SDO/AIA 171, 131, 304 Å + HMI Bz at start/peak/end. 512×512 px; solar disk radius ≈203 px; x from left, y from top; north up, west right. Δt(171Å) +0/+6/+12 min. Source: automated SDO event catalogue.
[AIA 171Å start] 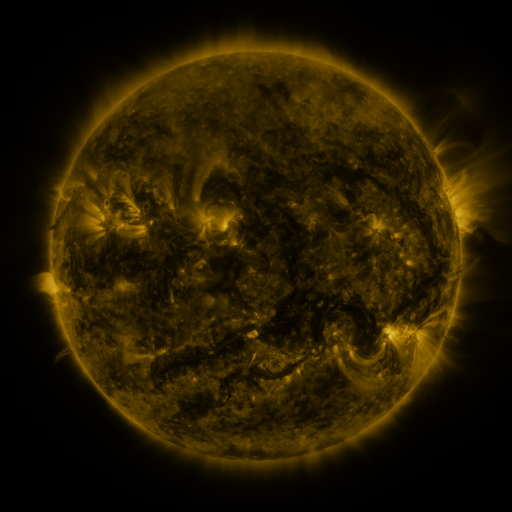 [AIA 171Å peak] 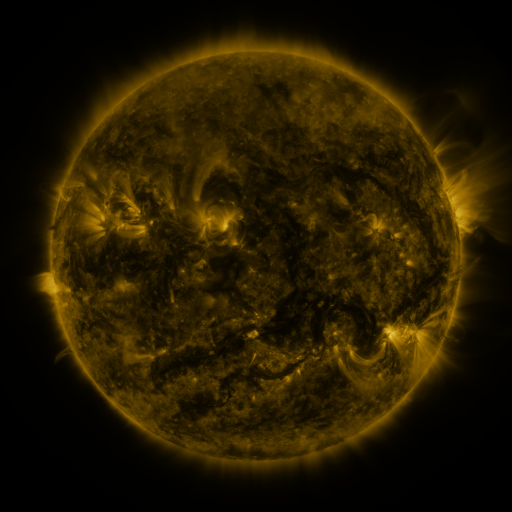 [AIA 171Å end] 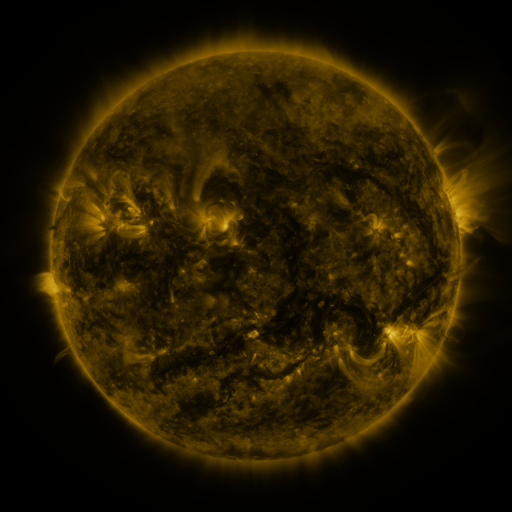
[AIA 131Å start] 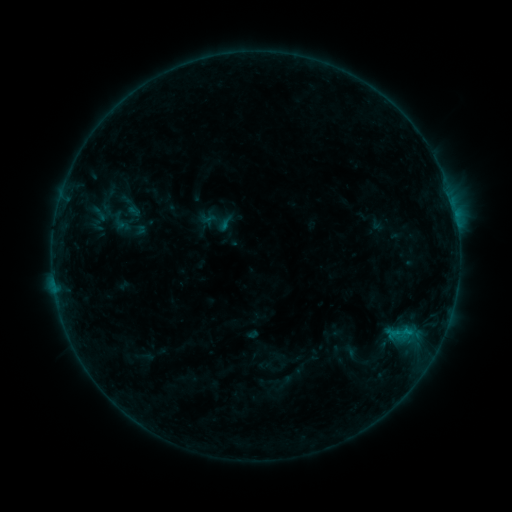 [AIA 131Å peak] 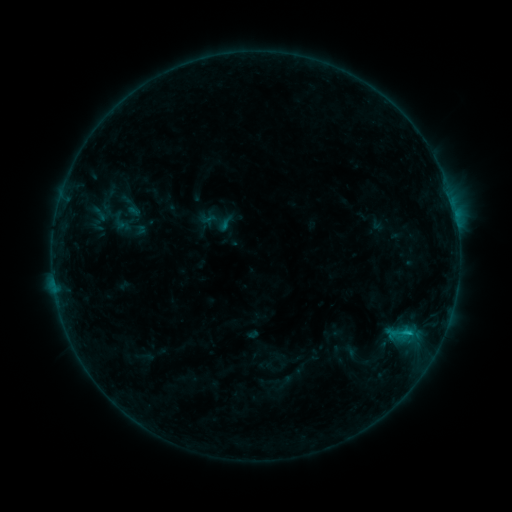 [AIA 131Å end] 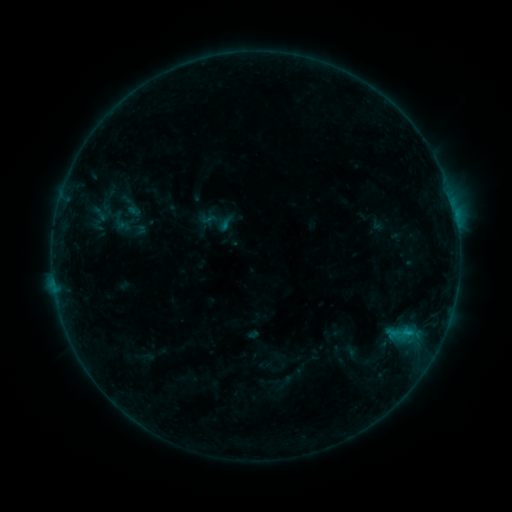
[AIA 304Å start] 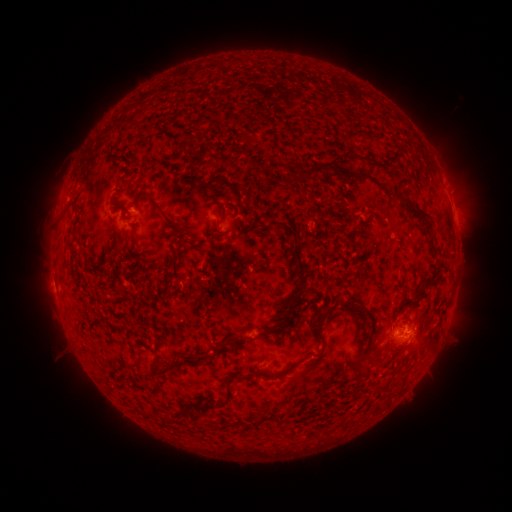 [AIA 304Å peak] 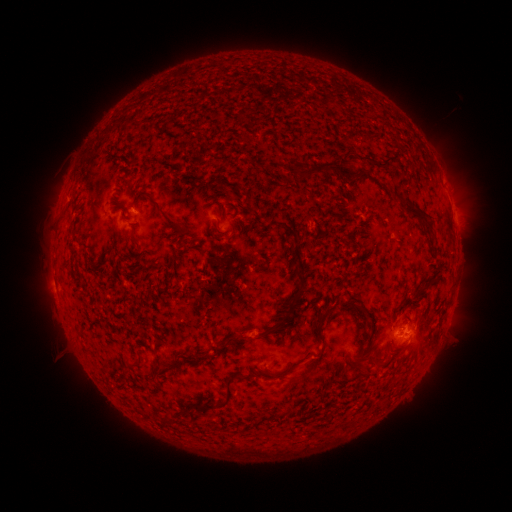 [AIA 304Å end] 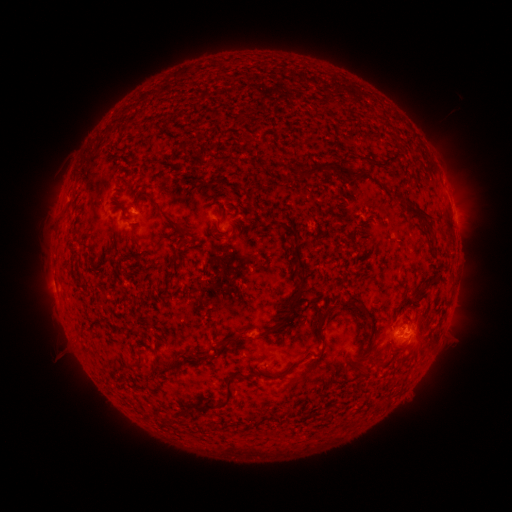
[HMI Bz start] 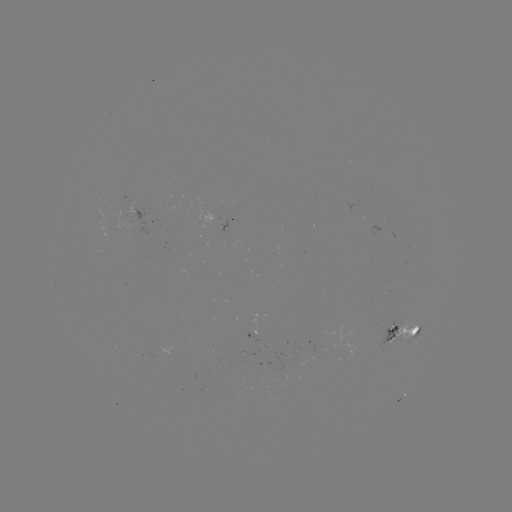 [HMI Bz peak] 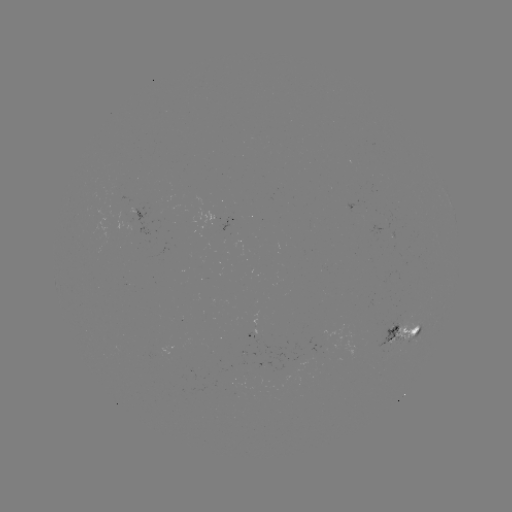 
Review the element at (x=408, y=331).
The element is B4.9 flare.